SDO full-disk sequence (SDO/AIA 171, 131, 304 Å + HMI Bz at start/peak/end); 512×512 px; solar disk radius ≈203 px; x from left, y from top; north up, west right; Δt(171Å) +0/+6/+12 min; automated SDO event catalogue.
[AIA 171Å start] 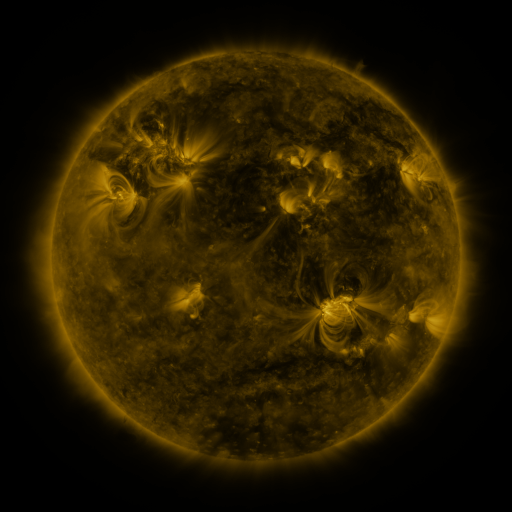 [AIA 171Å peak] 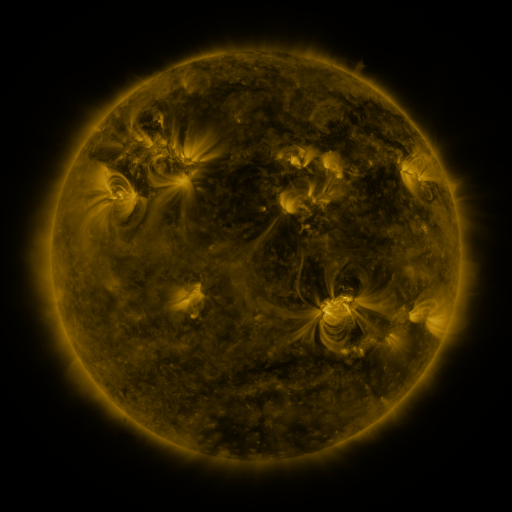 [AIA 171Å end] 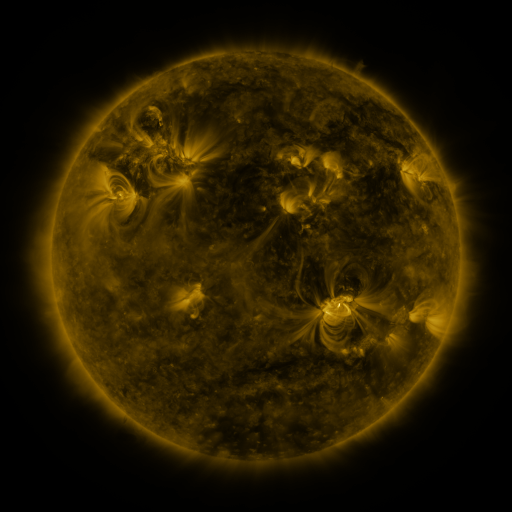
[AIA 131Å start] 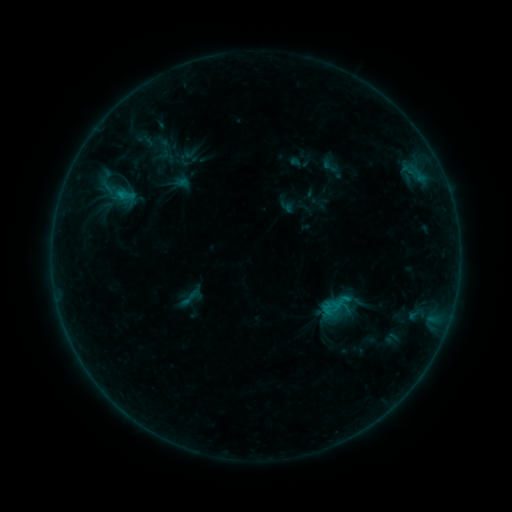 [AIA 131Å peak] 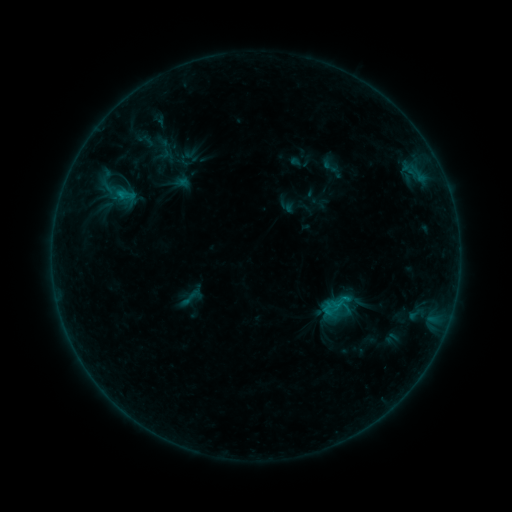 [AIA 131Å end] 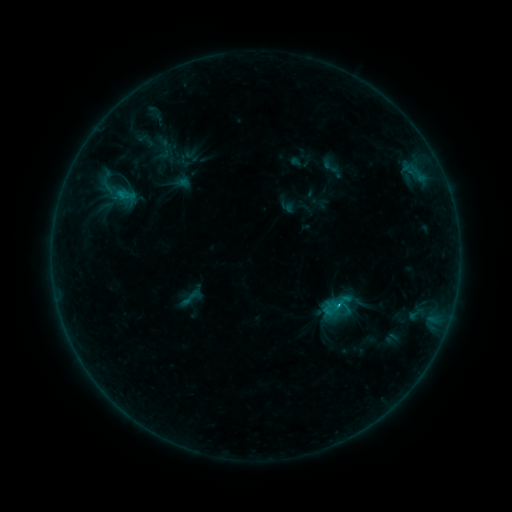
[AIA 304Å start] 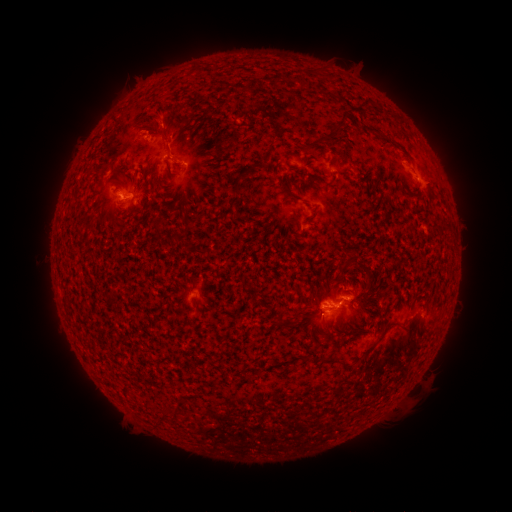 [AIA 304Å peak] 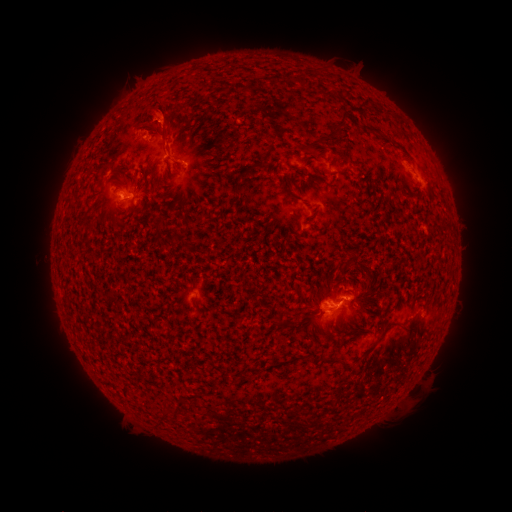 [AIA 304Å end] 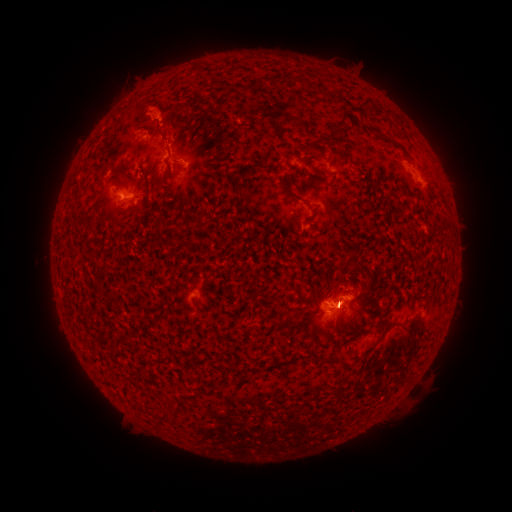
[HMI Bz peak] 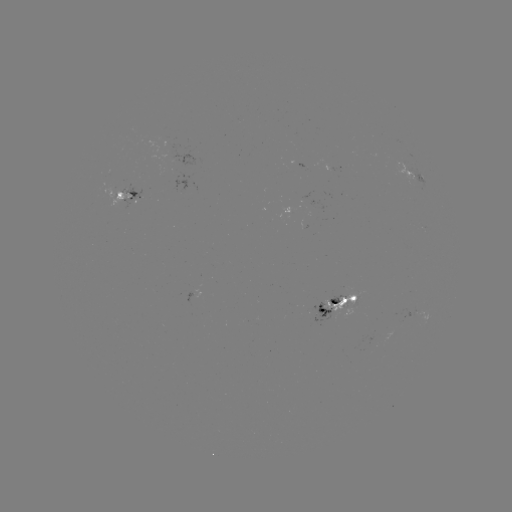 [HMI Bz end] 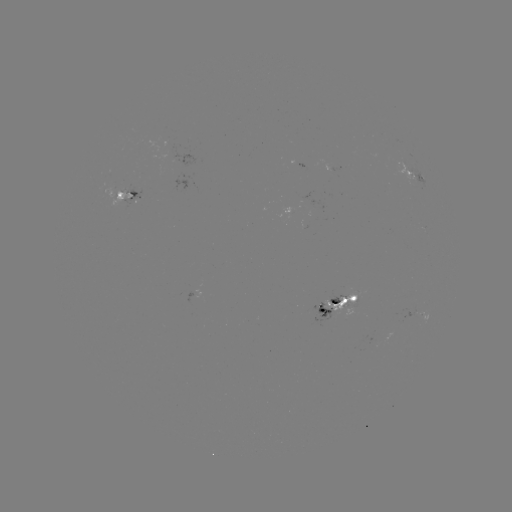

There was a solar eruption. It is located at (156, 67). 